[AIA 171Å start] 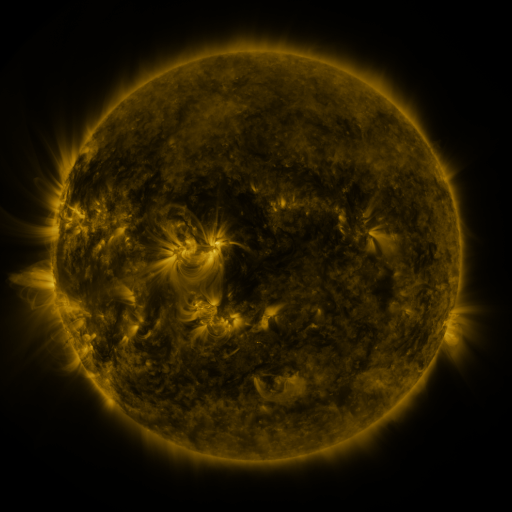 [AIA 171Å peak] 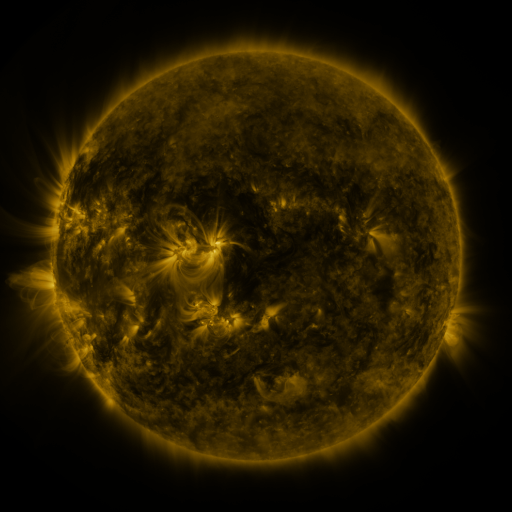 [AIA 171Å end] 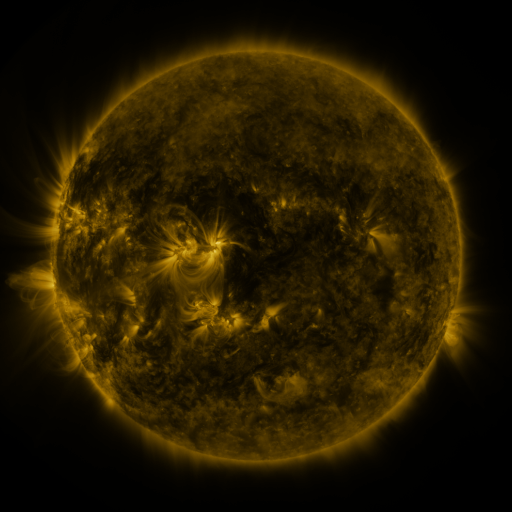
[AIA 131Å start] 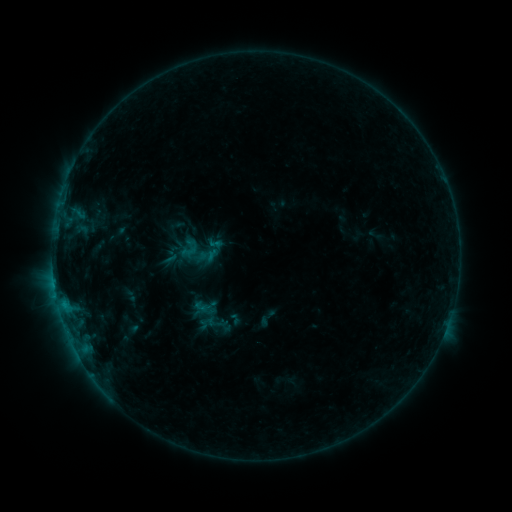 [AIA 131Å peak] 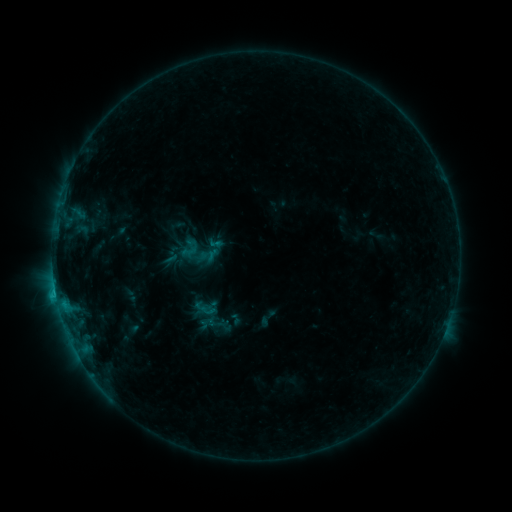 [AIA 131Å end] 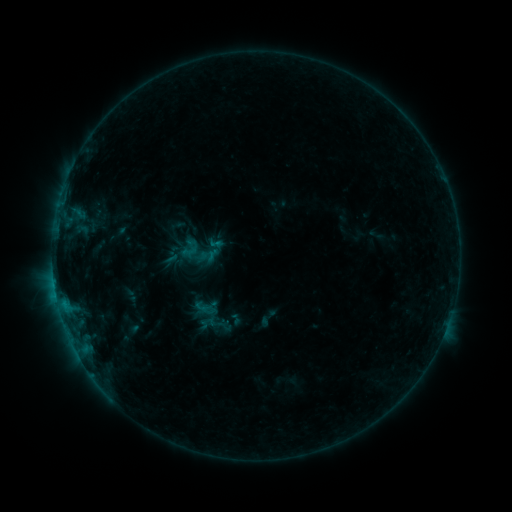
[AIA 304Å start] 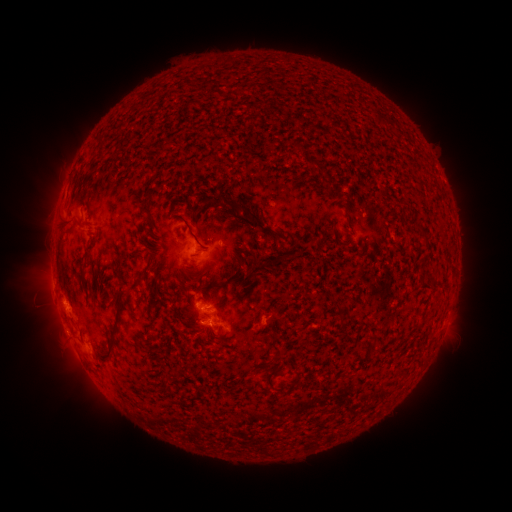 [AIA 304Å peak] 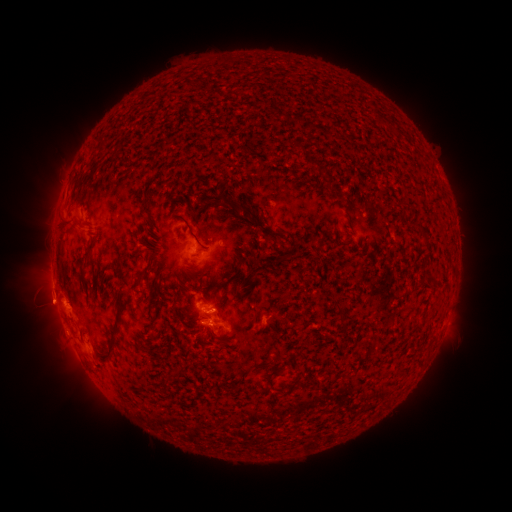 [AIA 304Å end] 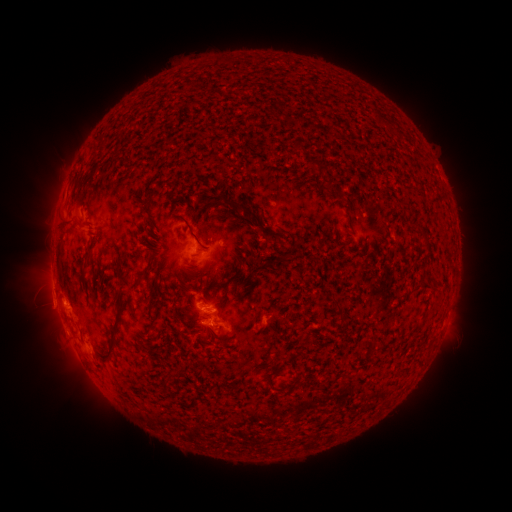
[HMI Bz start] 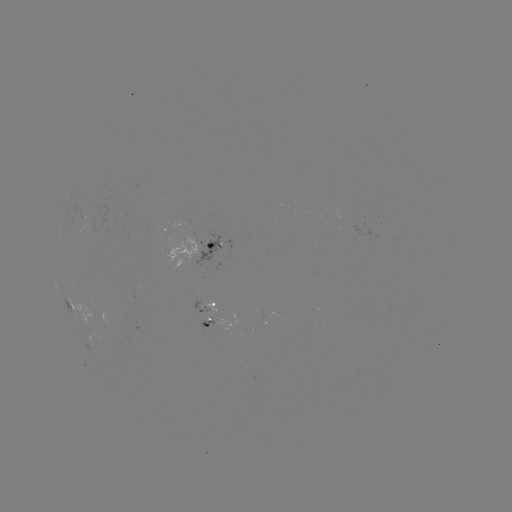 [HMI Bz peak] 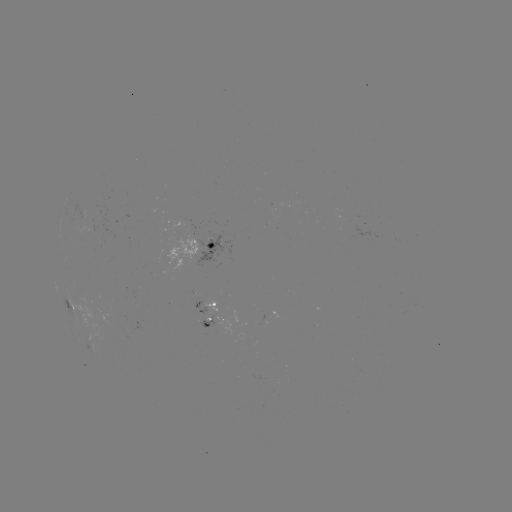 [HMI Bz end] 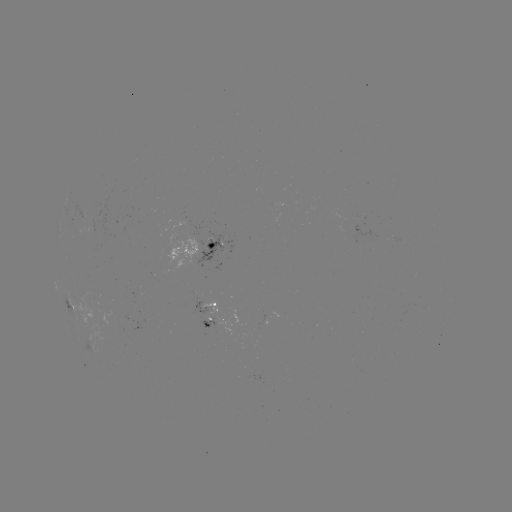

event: flare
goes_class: C1.0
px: (56, 295)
